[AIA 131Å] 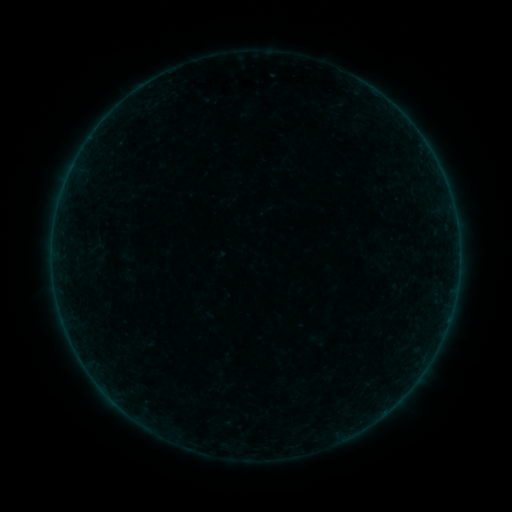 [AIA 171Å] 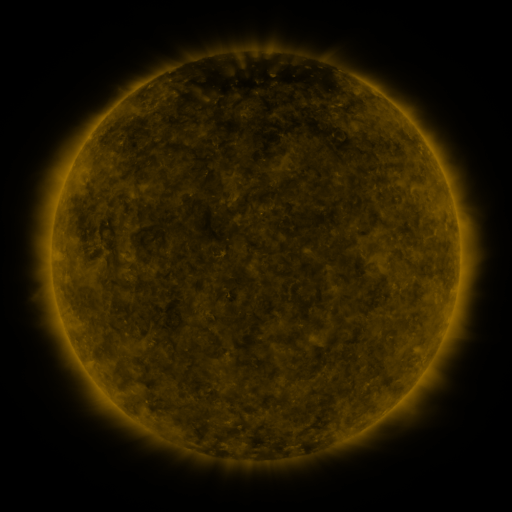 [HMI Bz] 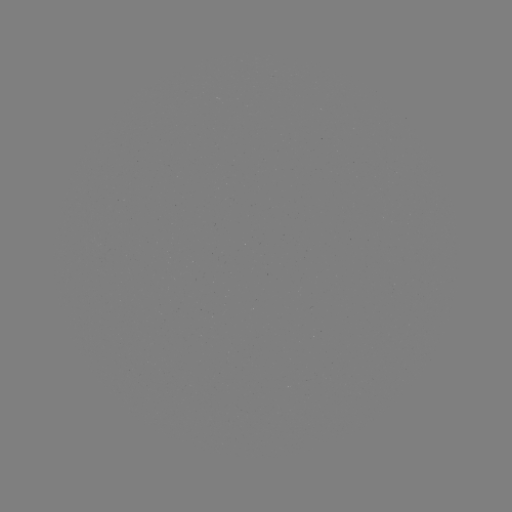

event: sigmoid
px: (95, 249)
